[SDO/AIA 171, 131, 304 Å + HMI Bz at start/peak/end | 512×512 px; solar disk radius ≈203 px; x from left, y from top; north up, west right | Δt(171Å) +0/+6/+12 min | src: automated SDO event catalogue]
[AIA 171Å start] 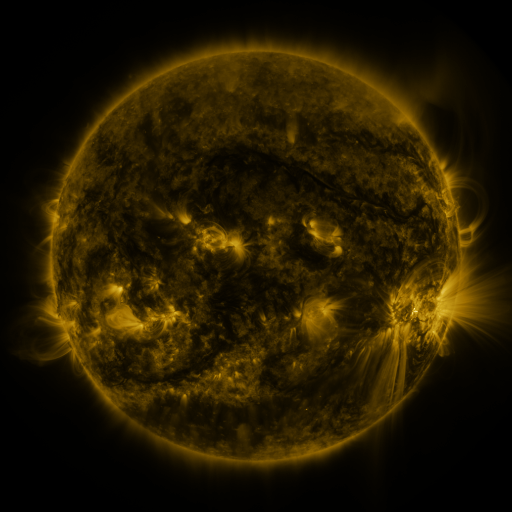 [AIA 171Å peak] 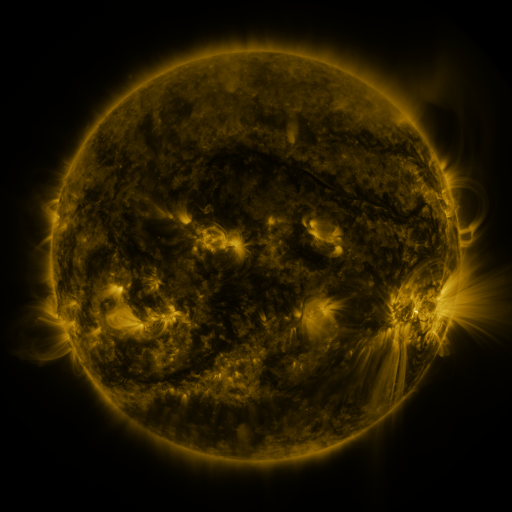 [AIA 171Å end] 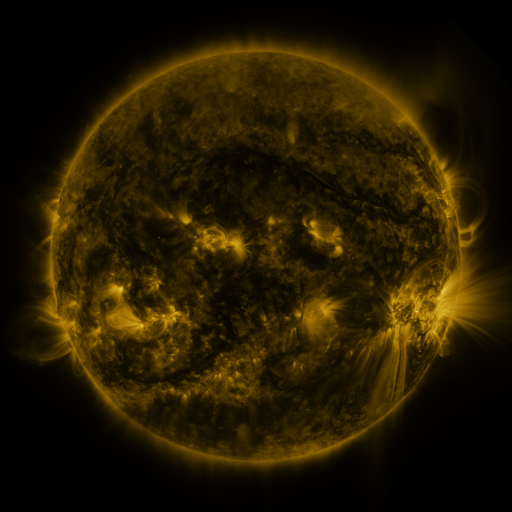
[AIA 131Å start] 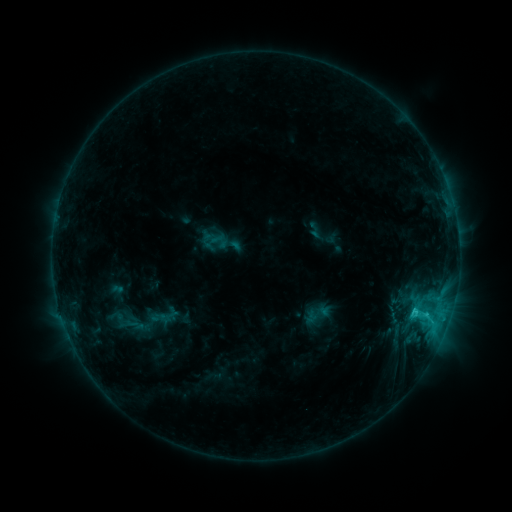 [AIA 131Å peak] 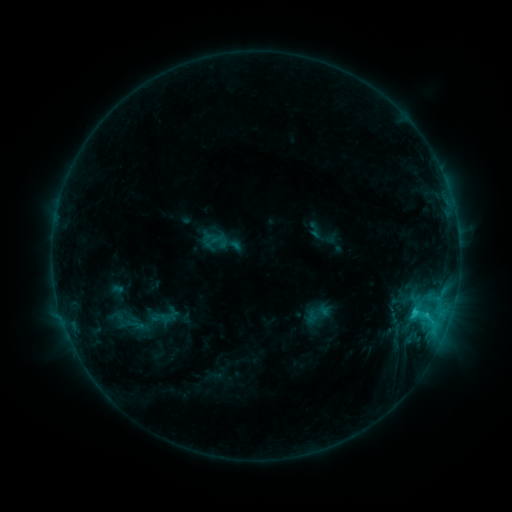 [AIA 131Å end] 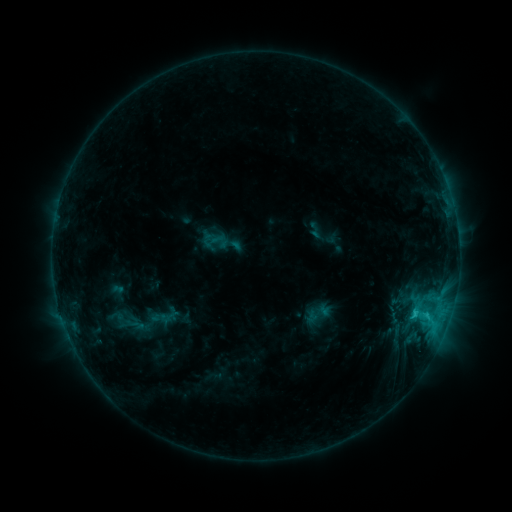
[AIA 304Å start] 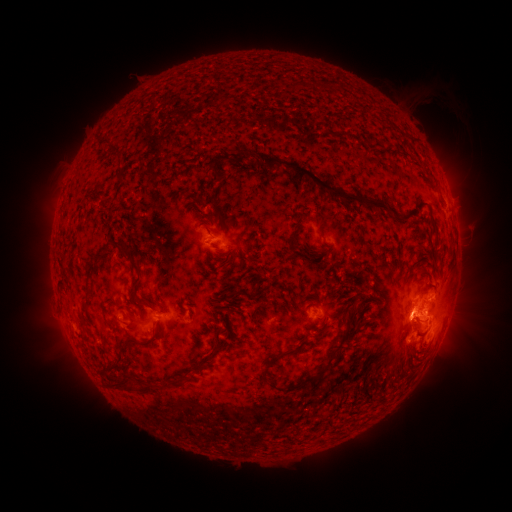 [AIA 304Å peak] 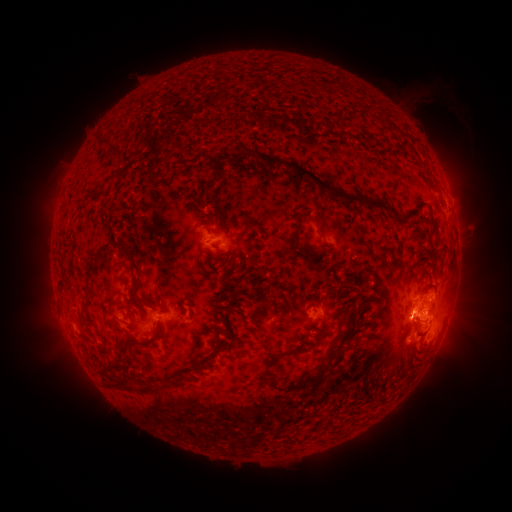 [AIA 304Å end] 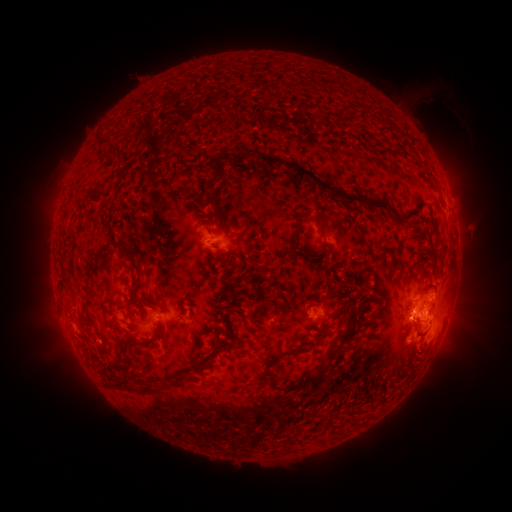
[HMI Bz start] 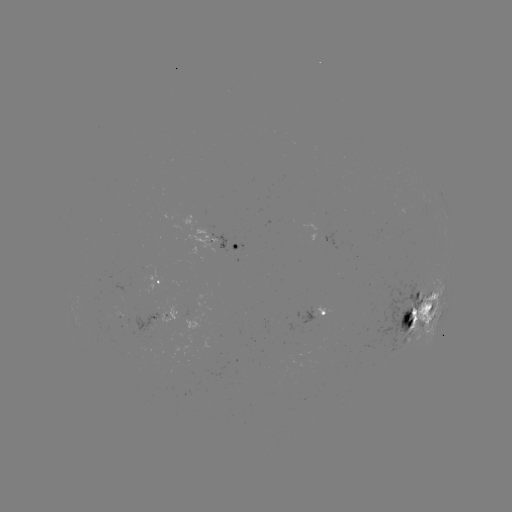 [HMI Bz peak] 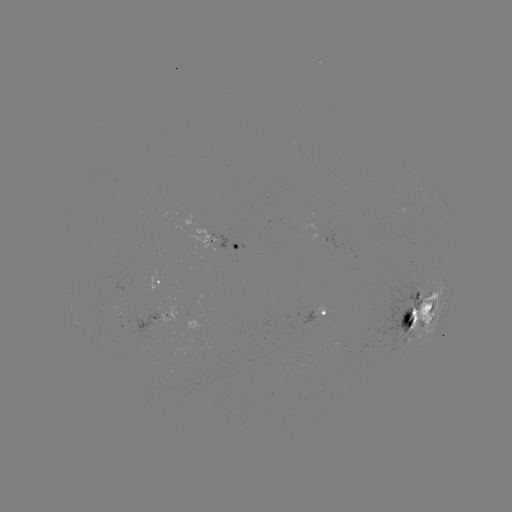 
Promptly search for eruption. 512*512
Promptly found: [403, 324].